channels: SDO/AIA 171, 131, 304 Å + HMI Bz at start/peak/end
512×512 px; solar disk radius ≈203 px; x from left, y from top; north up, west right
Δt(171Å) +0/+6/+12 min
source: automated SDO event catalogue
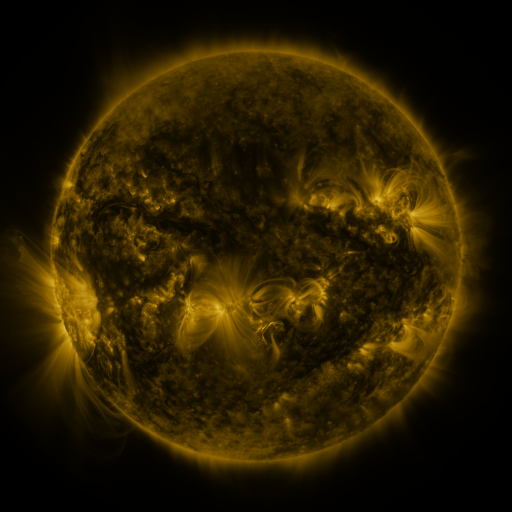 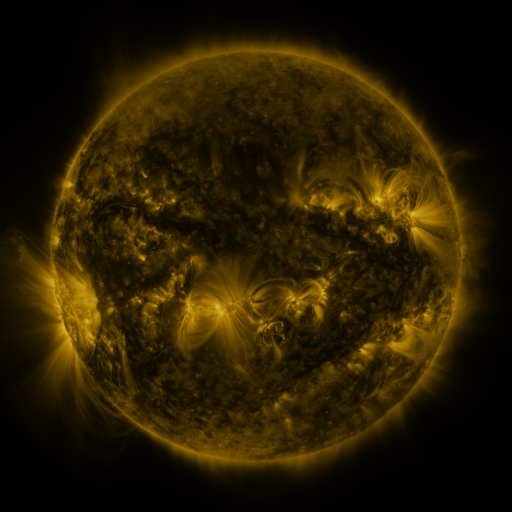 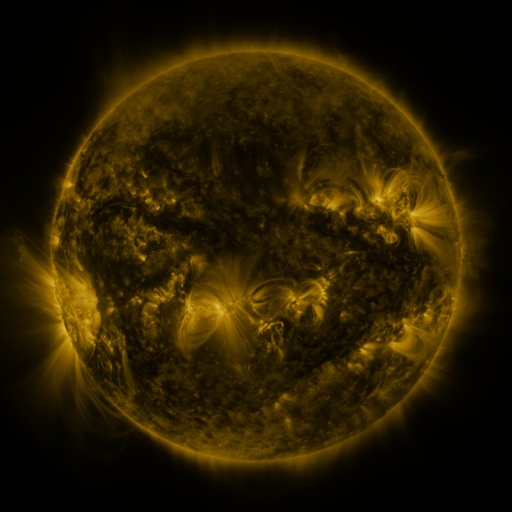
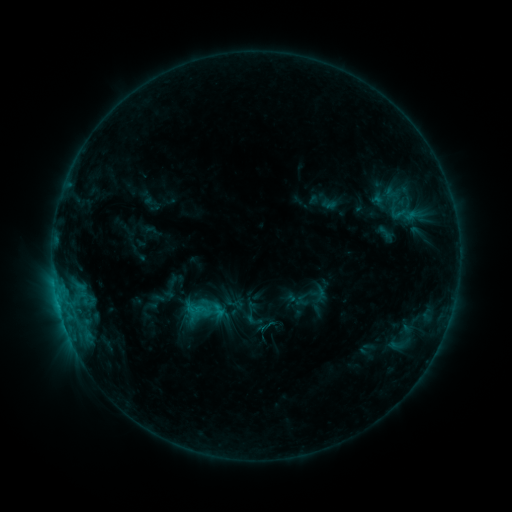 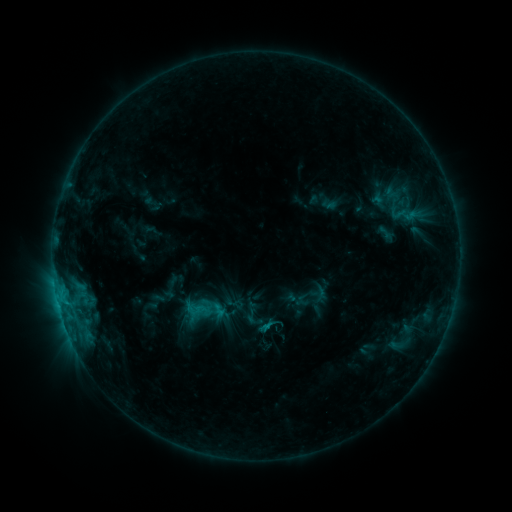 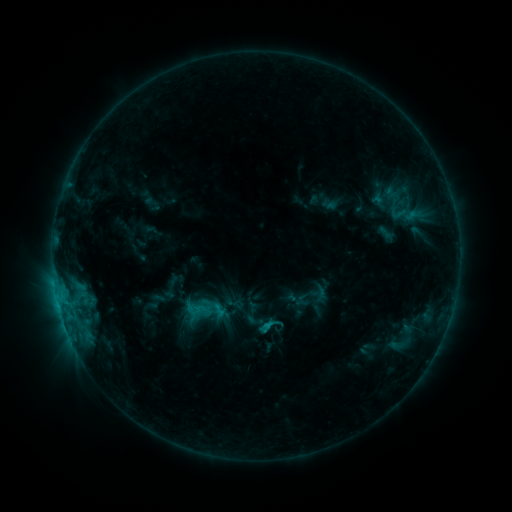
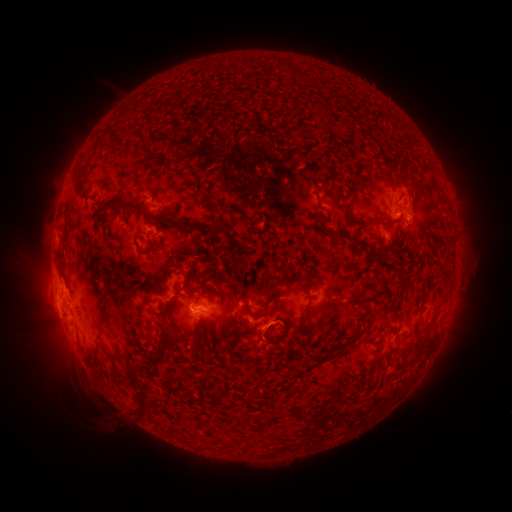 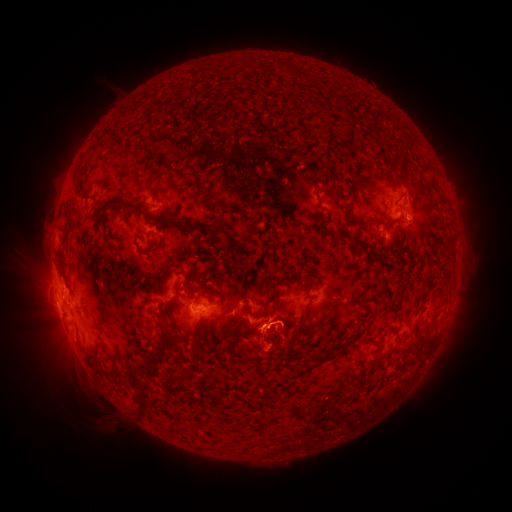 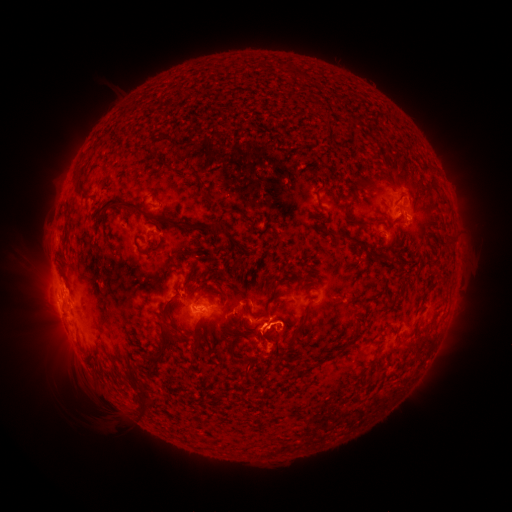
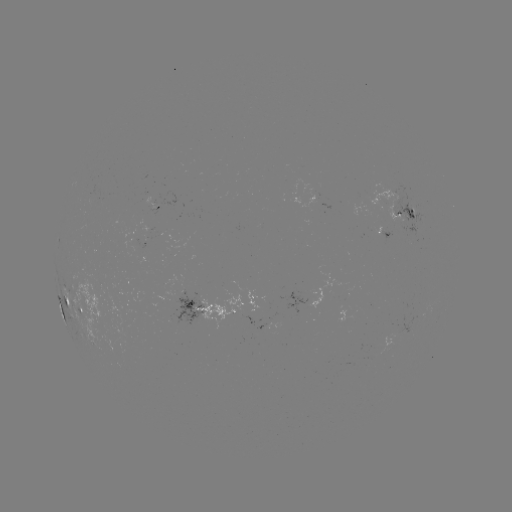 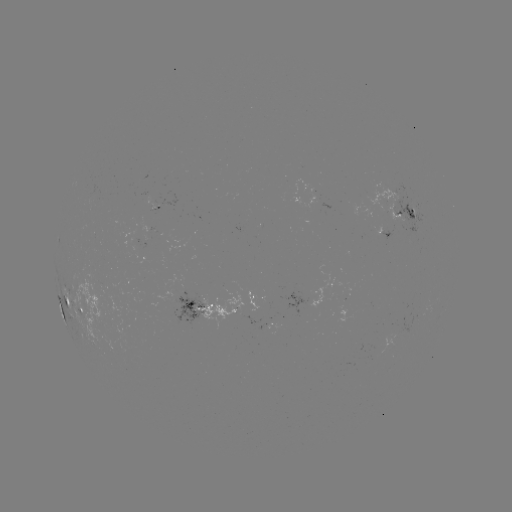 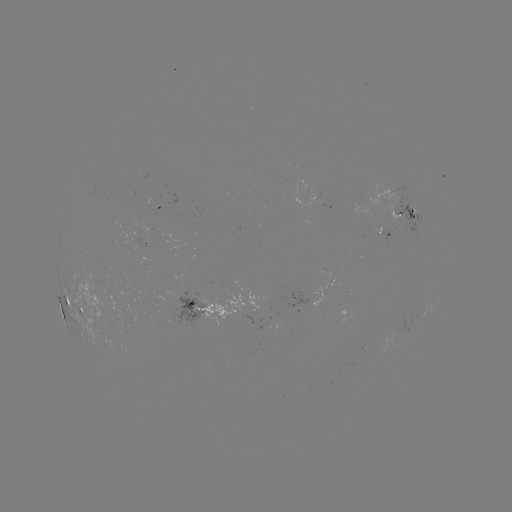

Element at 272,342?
eruption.